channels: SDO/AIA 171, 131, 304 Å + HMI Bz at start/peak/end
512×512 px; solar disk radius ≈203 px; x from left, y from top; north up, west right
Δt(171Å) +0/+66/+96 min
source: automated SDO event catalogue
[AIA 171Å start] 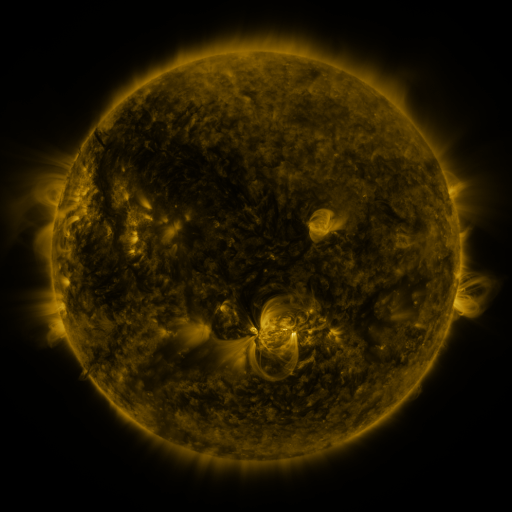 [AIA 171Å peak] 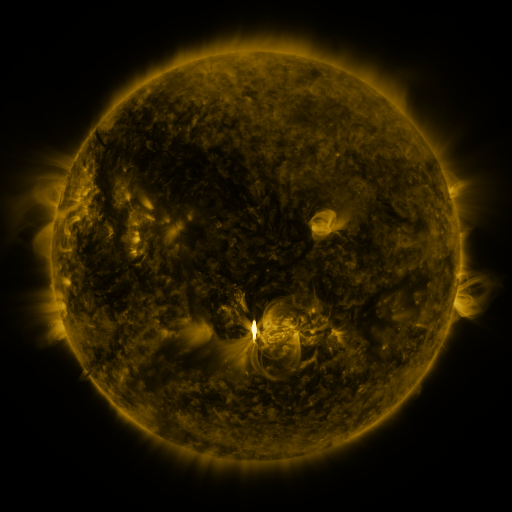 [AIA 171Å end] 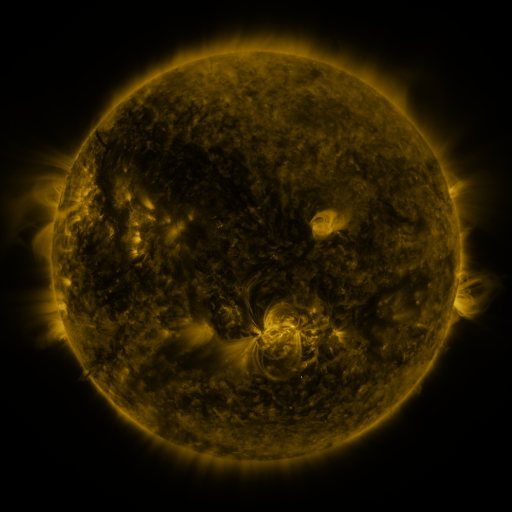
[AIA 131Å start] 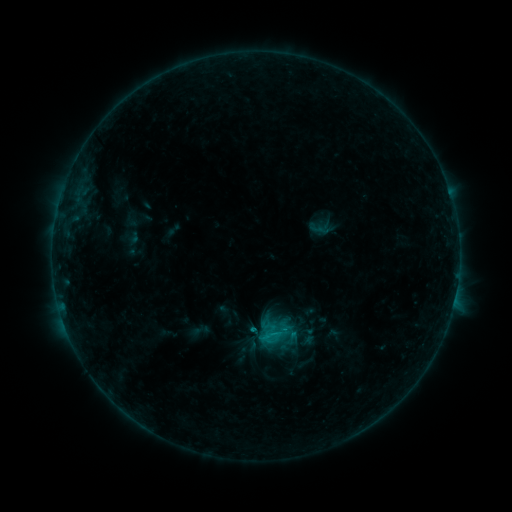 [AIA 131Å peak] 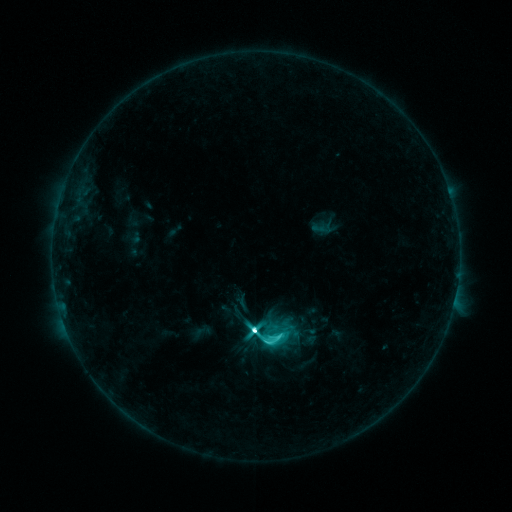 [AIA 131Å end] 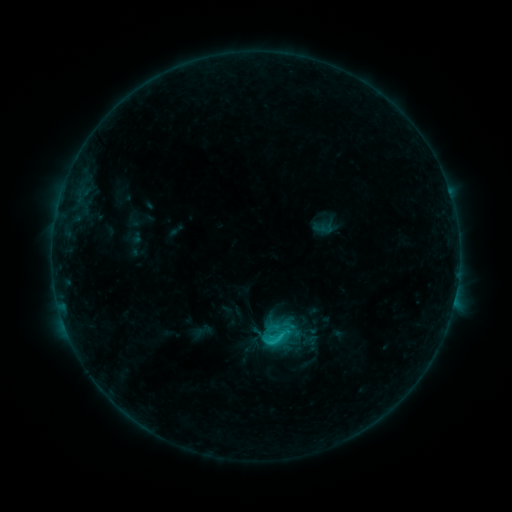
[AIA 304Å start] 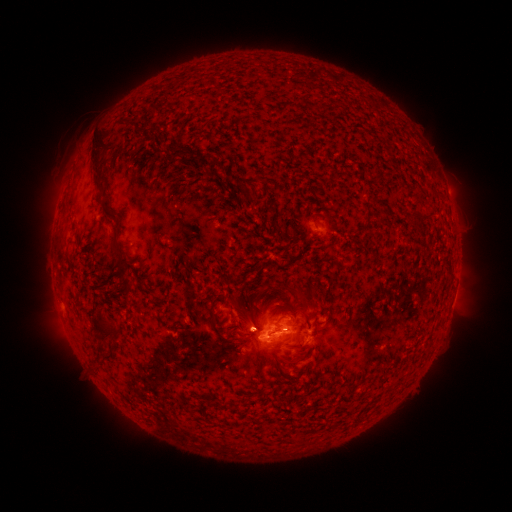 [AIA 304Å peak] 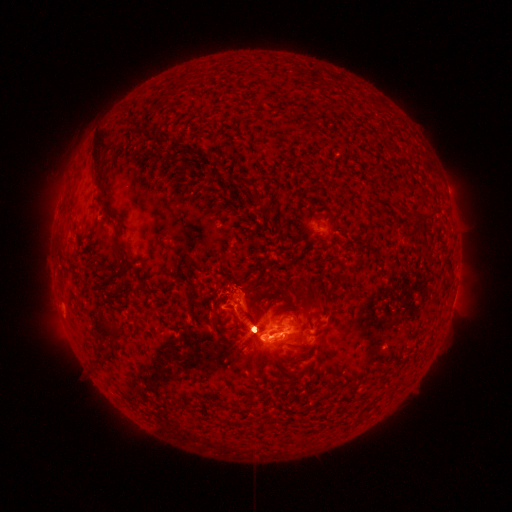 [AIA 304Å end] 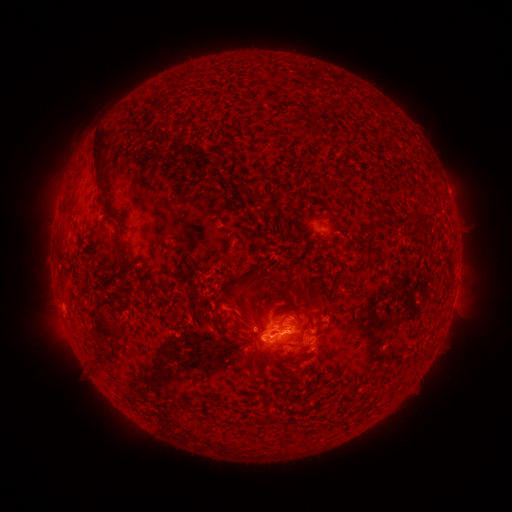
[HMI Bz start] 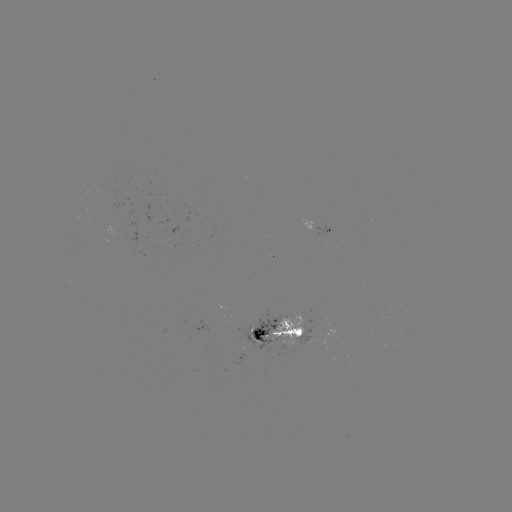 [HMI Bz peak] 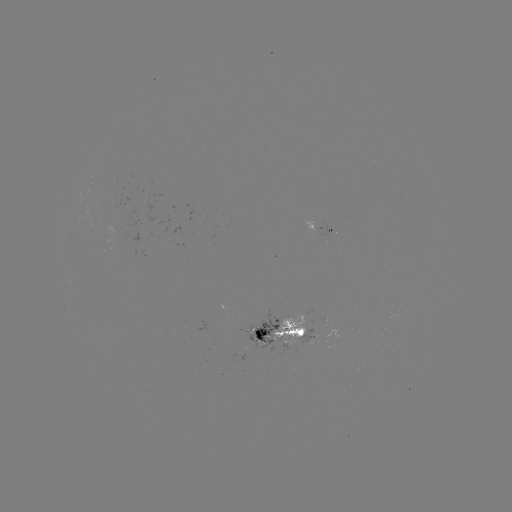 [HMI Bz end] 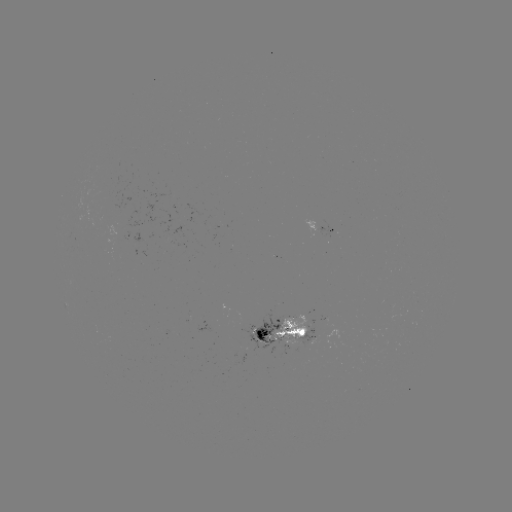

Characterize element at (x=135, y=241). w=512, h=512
emerging-flux region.